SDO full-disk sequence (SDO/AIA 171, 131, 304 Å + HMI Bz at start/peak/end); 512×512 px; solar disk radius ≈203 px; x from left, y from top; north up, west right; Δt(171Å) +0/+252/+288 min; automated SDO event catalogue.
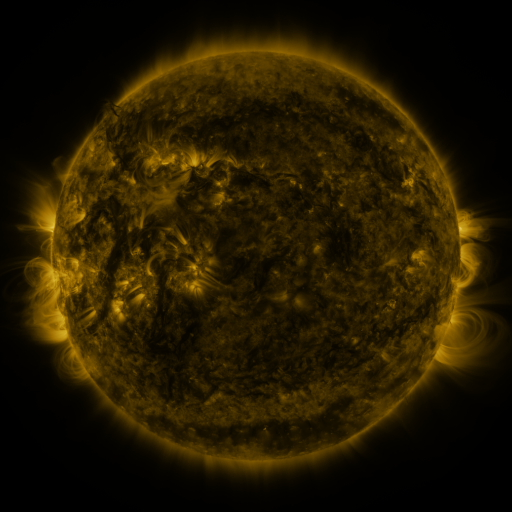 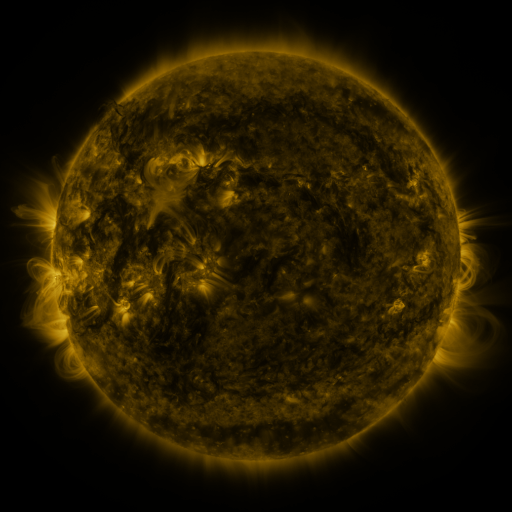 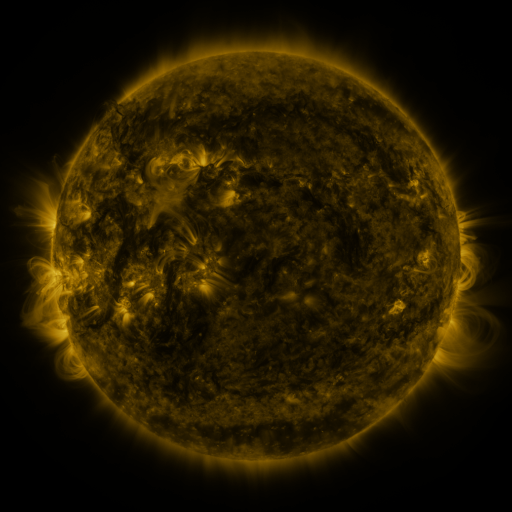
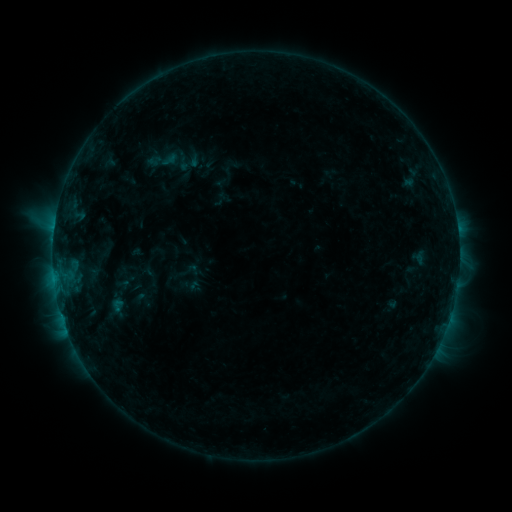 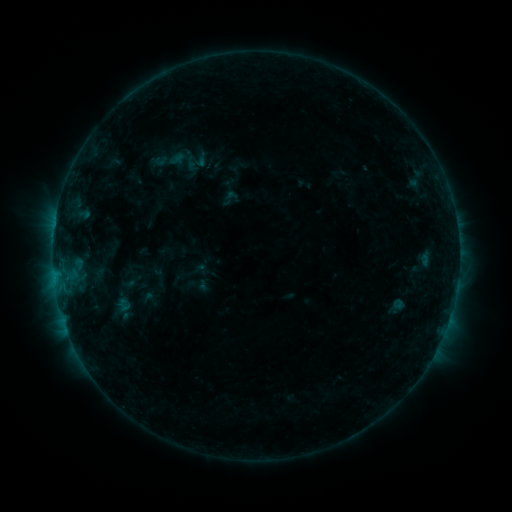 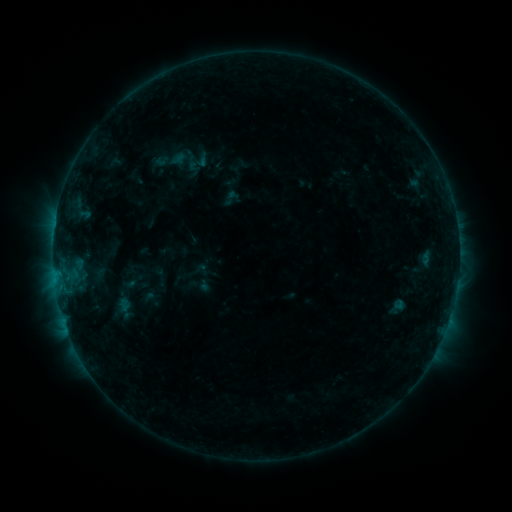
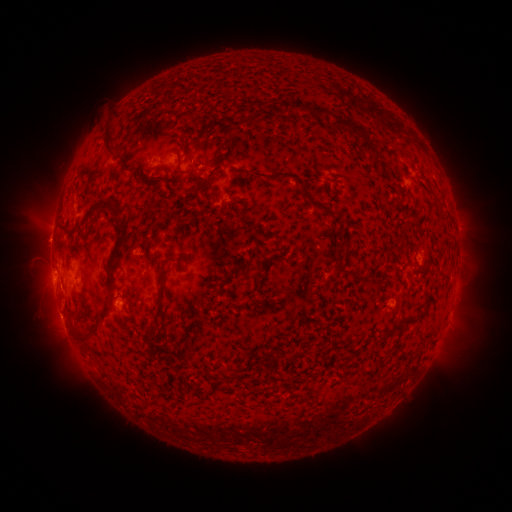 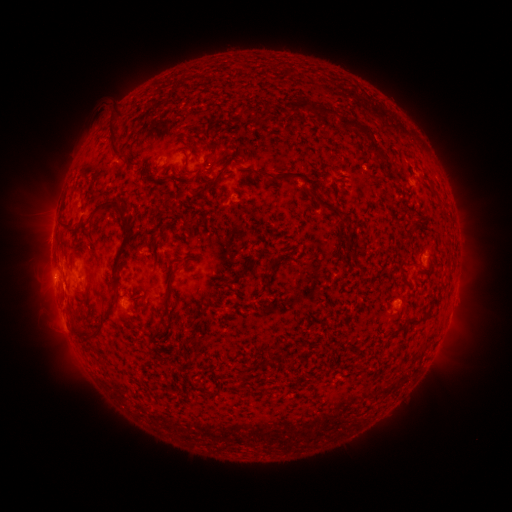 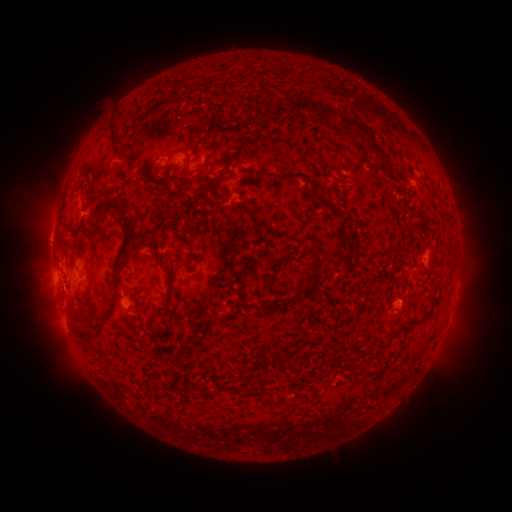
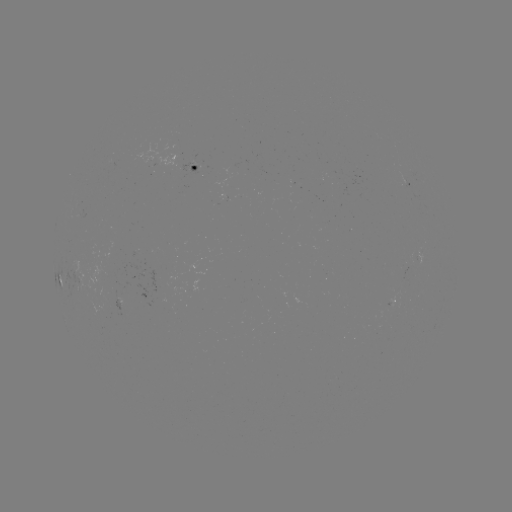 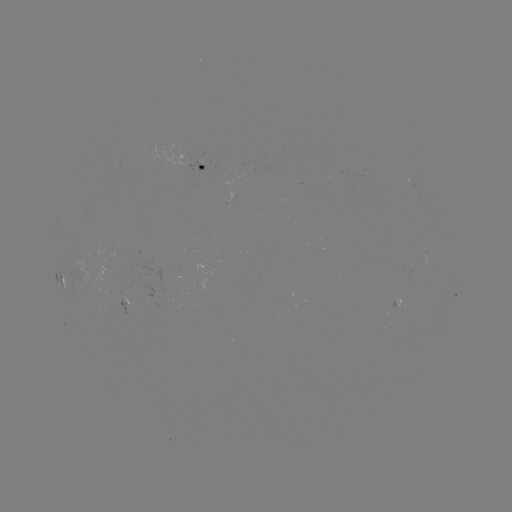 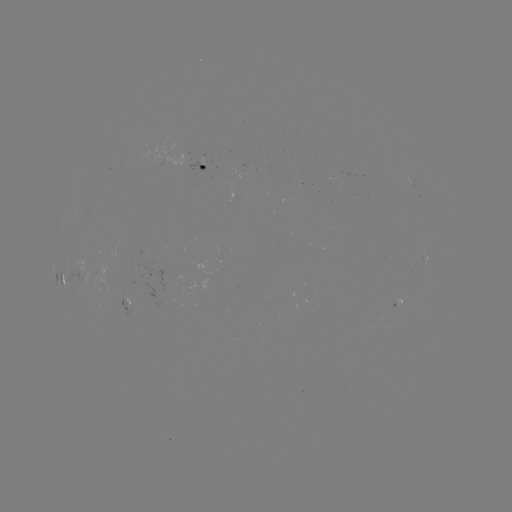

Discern emerging-flux region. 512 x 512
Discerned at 393,308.